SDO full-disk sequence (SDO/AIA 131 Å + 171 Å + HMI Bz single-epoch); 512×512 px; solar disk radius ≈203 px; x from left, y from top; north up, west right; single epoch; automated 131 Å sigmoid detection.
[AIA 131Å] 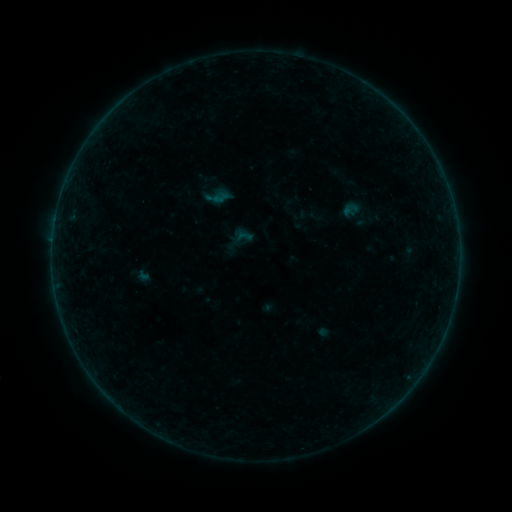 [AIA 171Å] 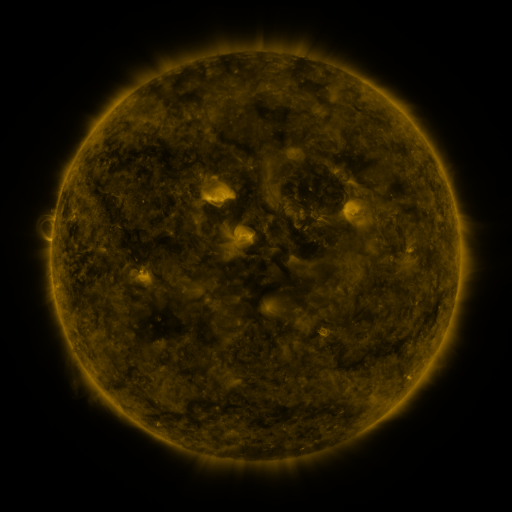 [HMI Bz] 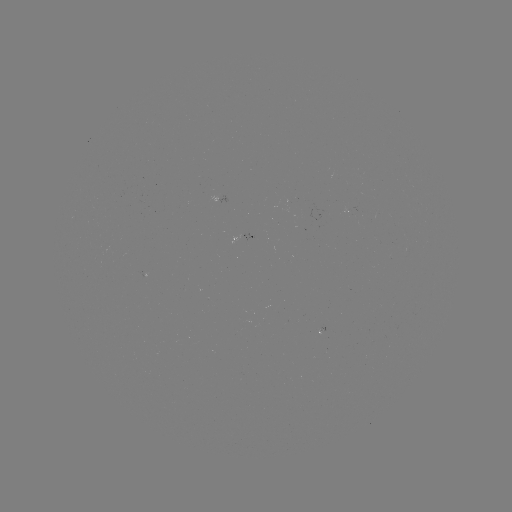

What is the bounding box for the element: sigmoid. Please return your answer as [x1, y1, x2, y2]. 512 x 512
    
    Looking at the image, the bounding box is [235, 227, 253, 246].